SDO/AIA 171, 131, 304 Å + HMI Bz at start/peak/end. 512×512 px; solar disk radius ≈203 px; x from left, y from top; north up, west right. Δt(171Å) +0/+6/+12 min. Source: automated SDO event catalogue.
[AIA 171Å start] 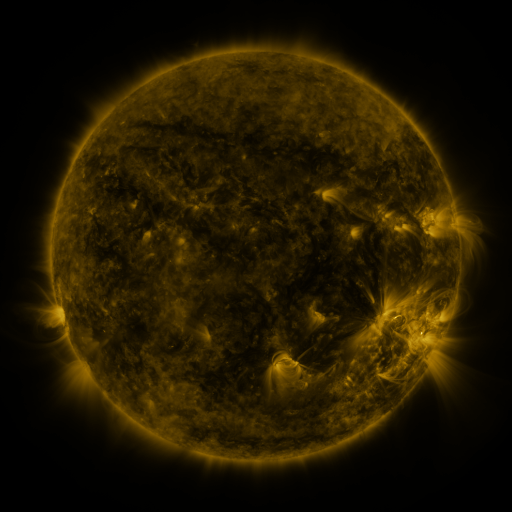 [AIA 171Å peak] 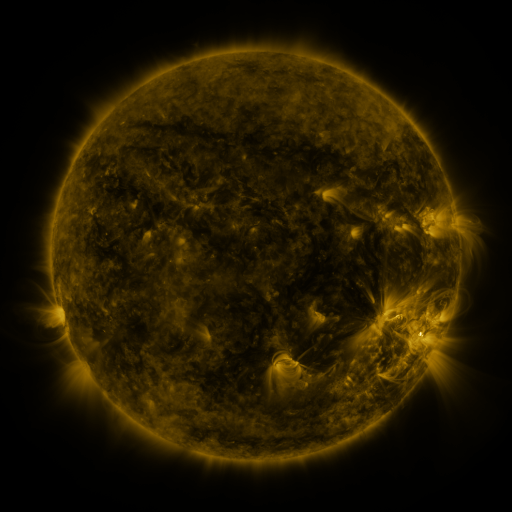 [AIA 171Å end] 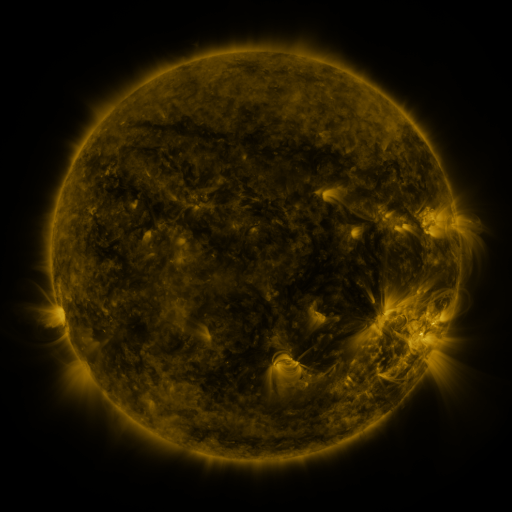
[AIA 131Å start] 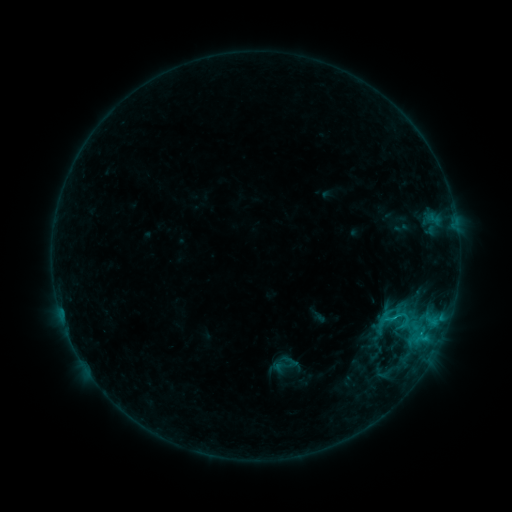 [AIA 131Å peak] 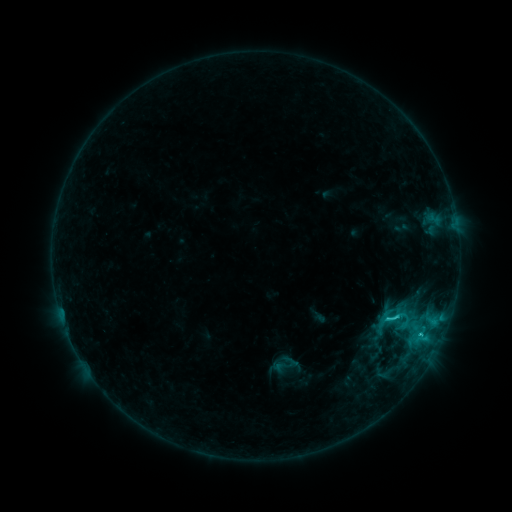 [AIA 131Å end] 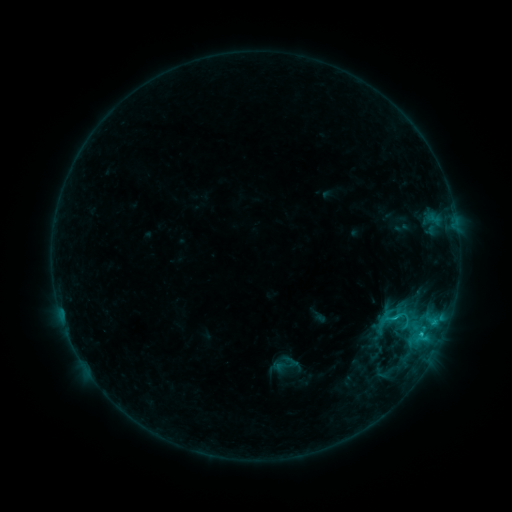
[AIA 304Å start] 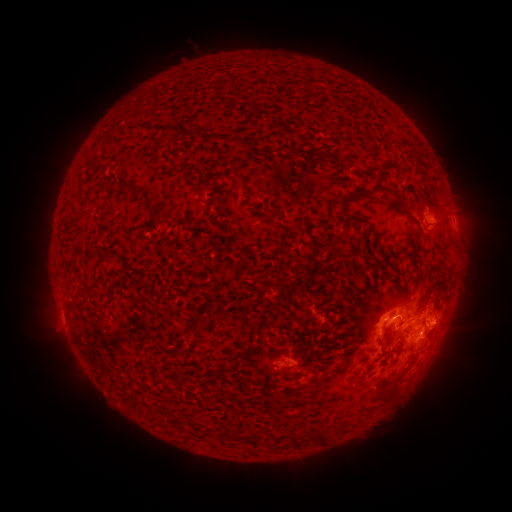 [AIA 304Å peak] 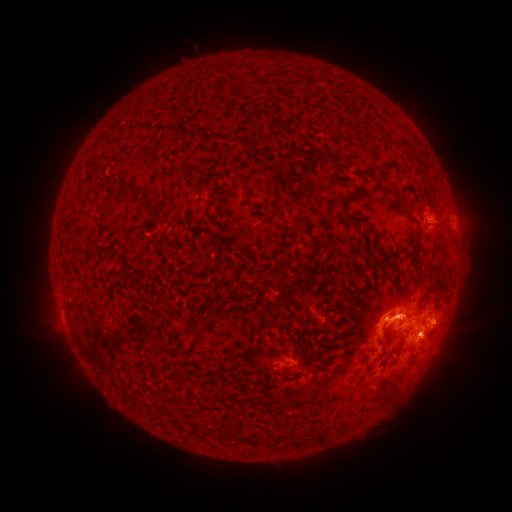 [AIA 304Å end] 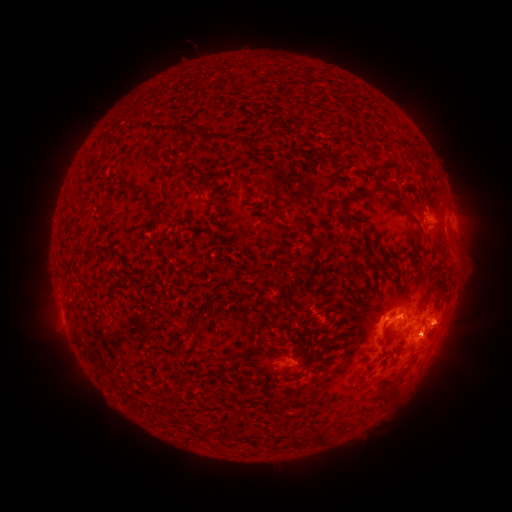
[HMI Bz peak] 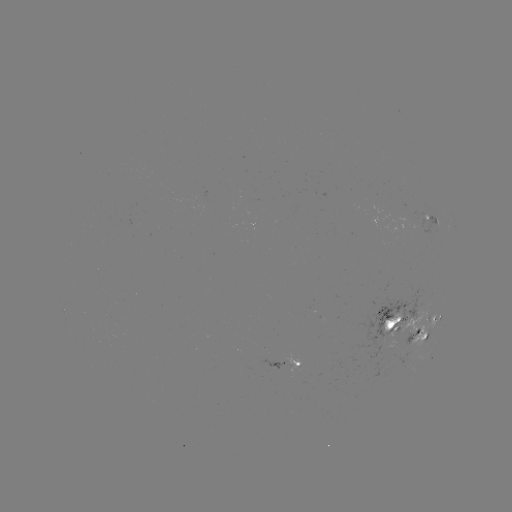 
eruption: <bbox>381, 299, 484, 415</bbox>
